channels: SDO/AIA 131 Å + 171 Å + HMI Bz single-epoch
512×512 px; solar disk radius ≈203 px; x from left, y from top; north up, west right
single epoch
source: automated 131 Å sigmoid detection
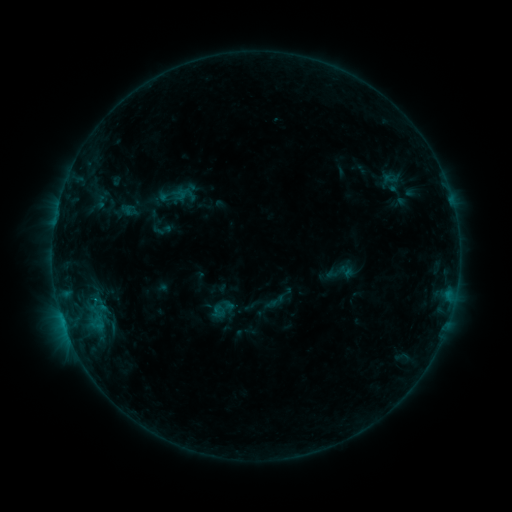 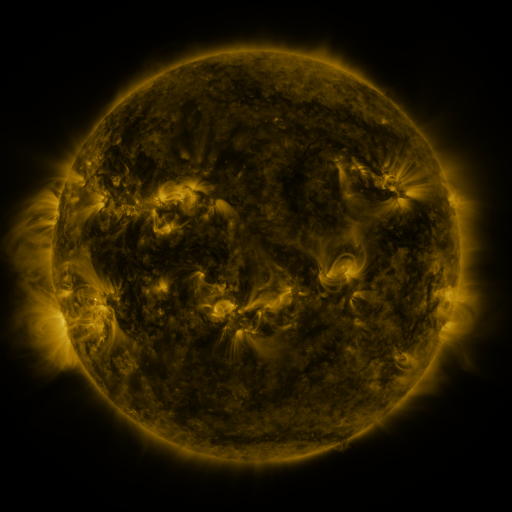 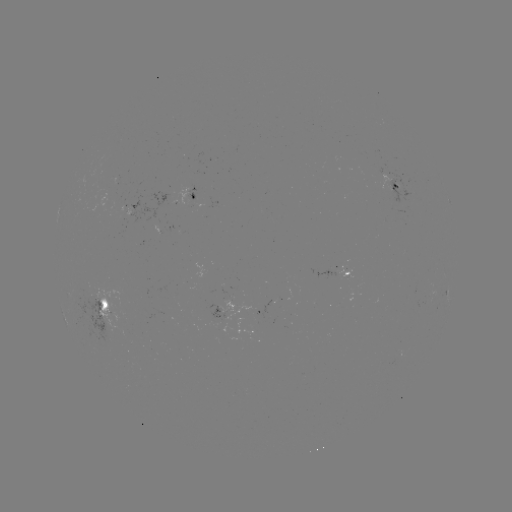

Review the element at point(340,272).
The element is sigmoid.